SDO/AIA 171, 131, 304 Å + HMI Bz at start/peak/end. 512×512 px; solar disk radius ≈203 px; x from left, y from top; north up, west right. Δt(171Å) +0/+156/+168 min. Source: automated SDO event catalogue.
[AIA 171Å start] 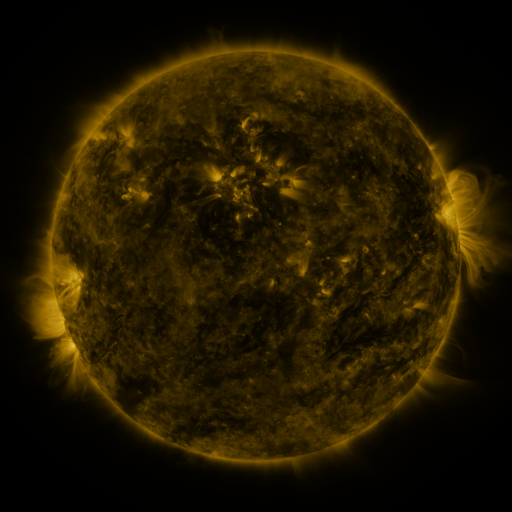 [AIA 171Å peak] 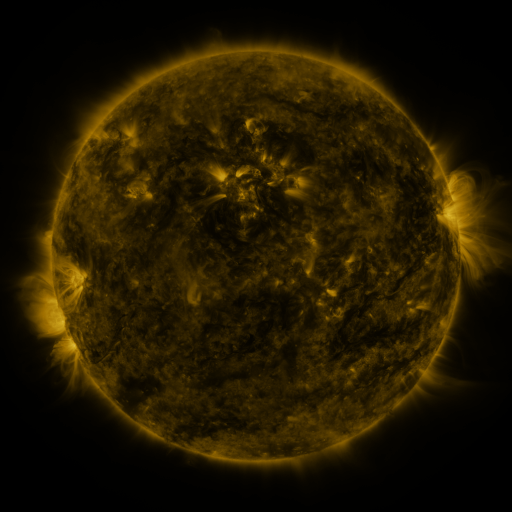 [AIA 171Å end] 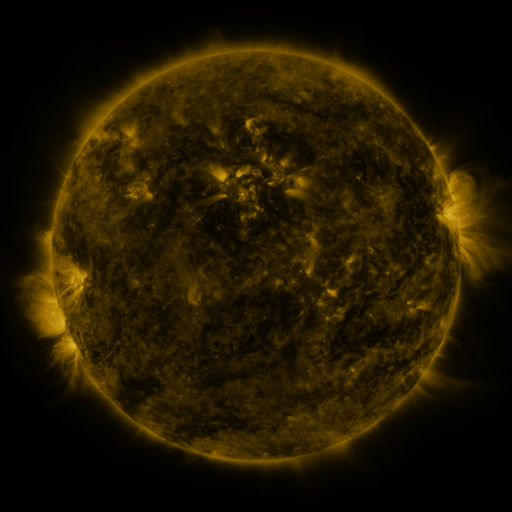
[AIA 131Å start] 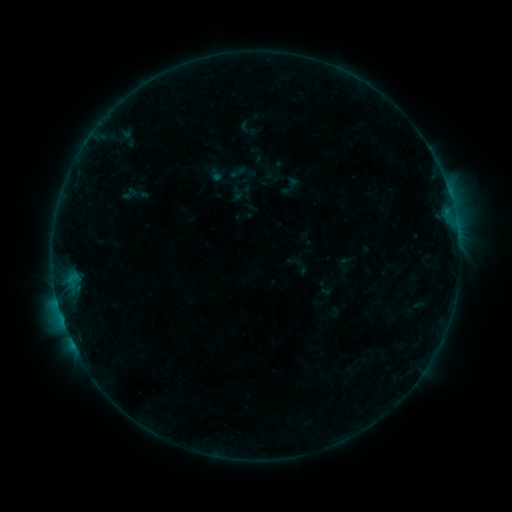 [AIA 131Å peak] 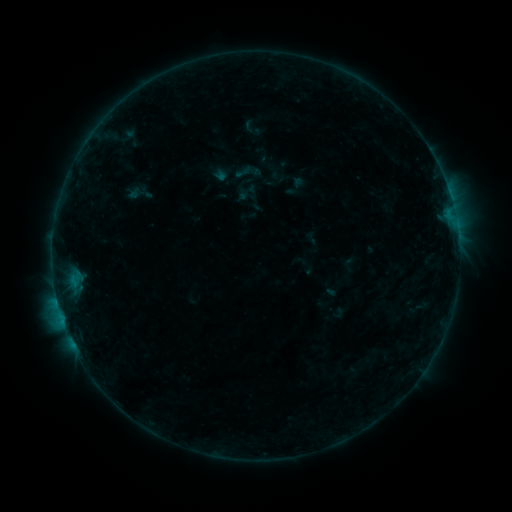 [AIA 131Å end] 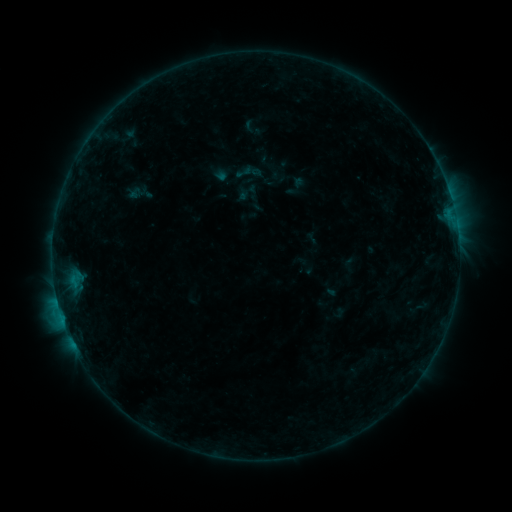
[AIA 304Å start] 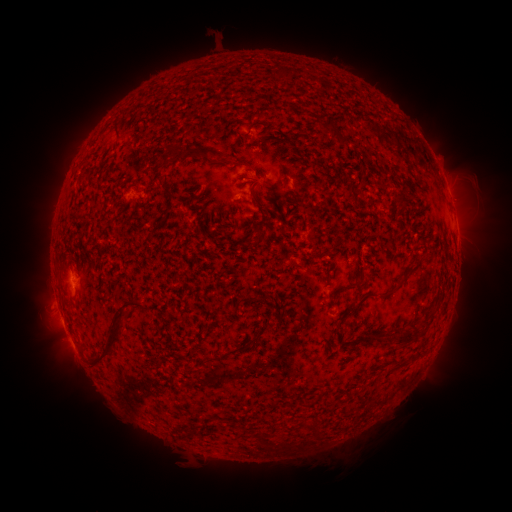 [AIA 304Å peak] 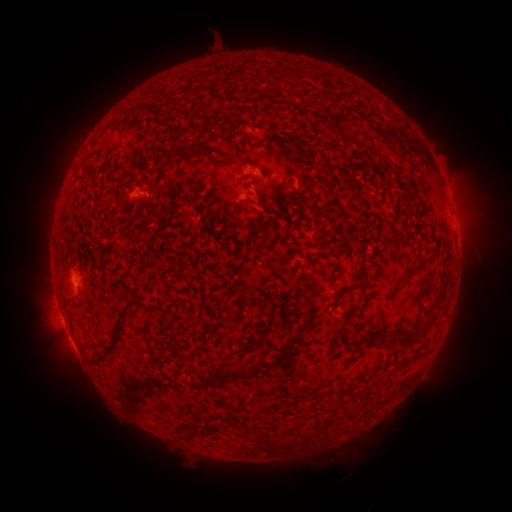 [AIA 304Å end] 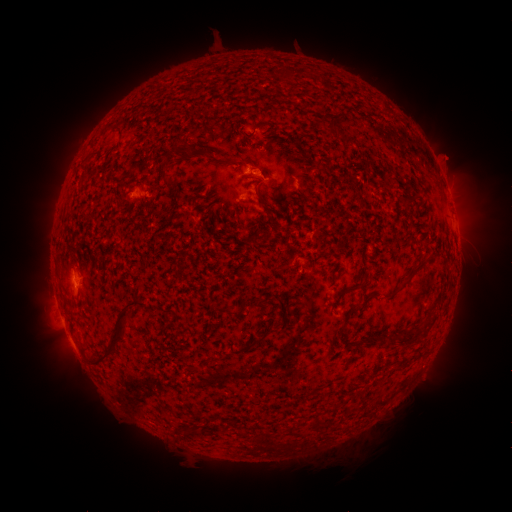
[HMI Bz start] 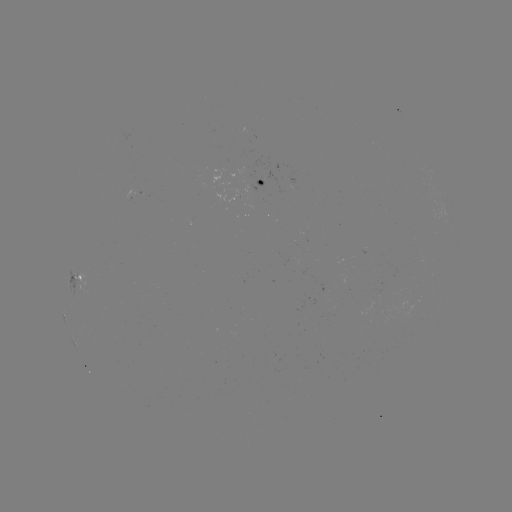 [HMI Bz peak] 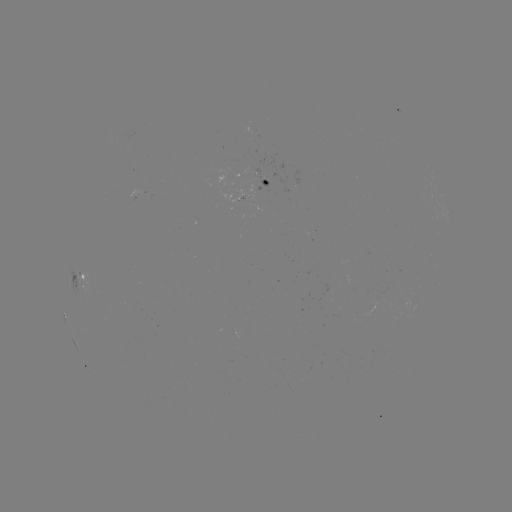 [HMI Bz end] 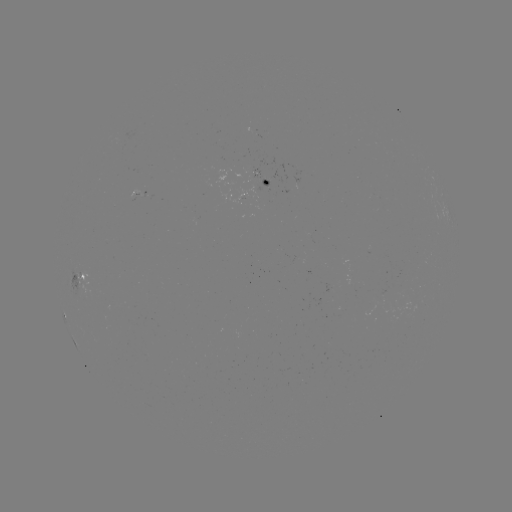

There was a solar emerging-flux region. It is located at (262, 180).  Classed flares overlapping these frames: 1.